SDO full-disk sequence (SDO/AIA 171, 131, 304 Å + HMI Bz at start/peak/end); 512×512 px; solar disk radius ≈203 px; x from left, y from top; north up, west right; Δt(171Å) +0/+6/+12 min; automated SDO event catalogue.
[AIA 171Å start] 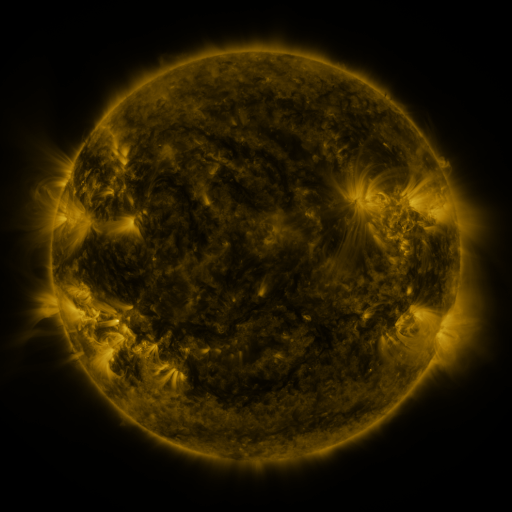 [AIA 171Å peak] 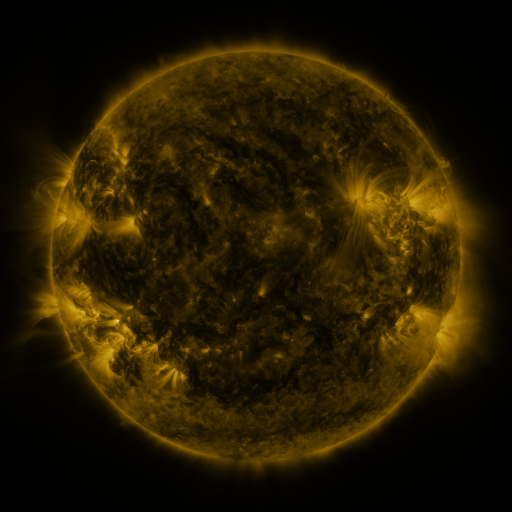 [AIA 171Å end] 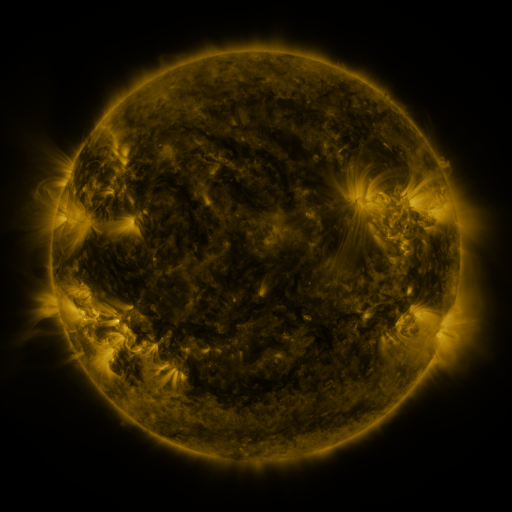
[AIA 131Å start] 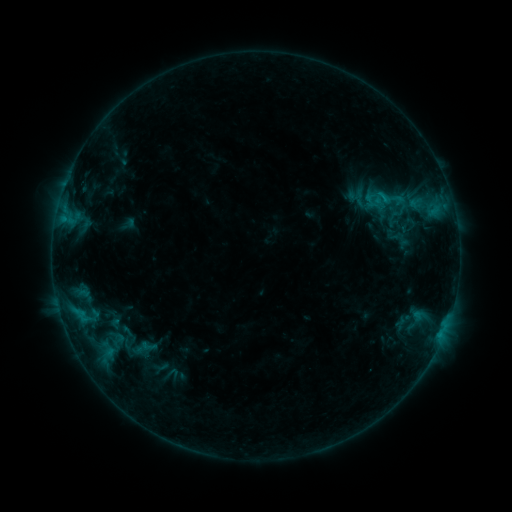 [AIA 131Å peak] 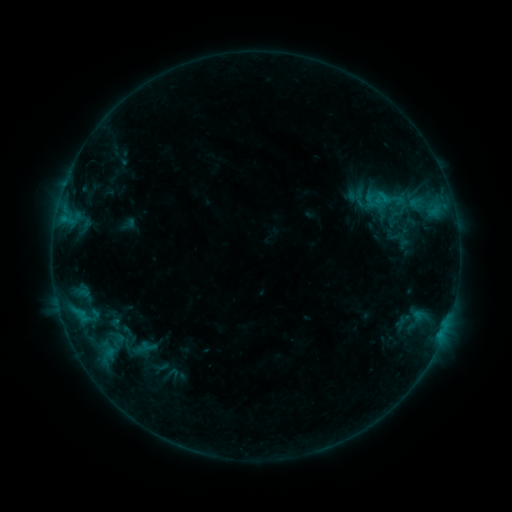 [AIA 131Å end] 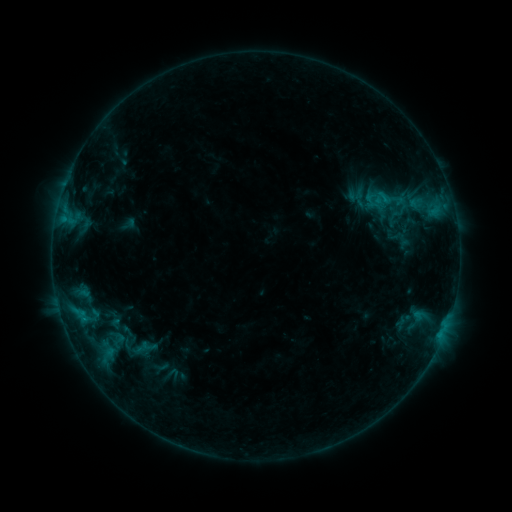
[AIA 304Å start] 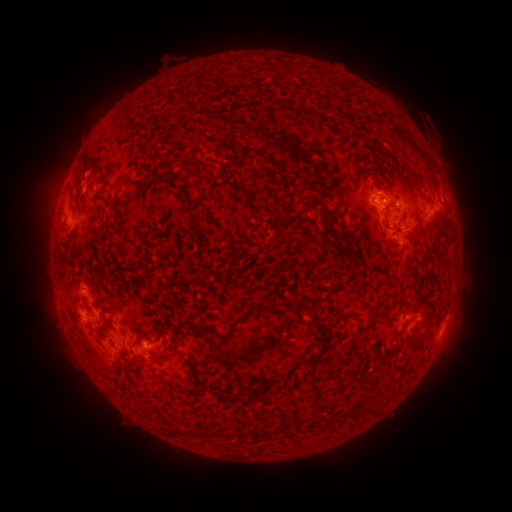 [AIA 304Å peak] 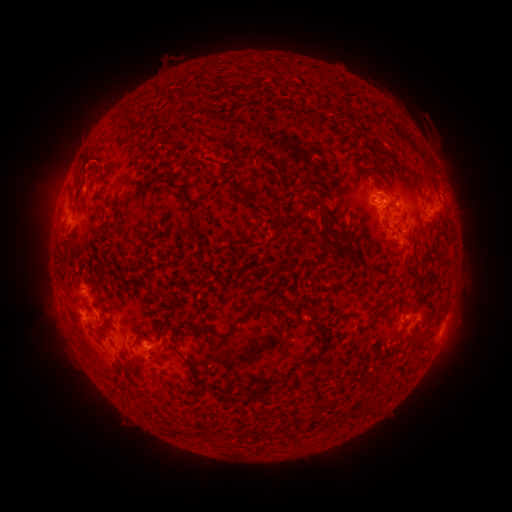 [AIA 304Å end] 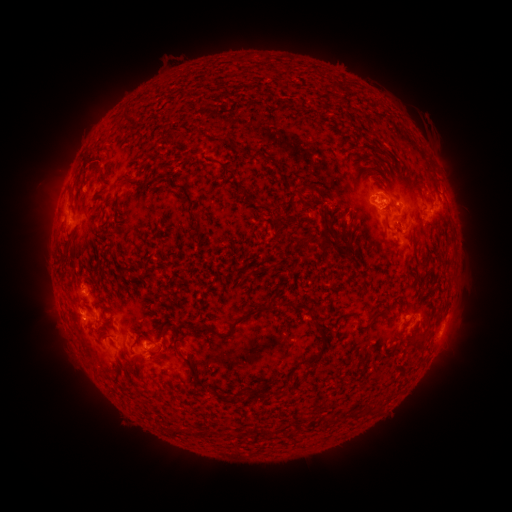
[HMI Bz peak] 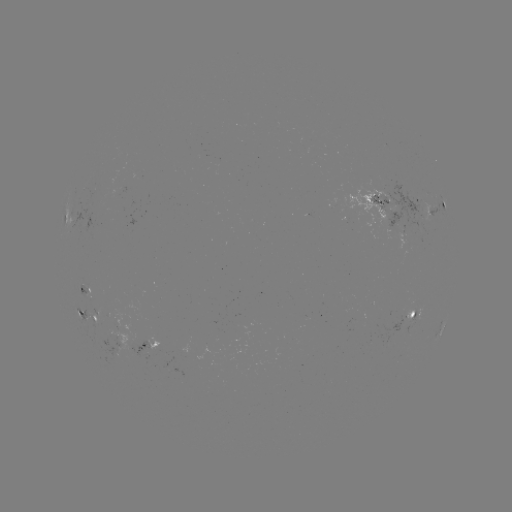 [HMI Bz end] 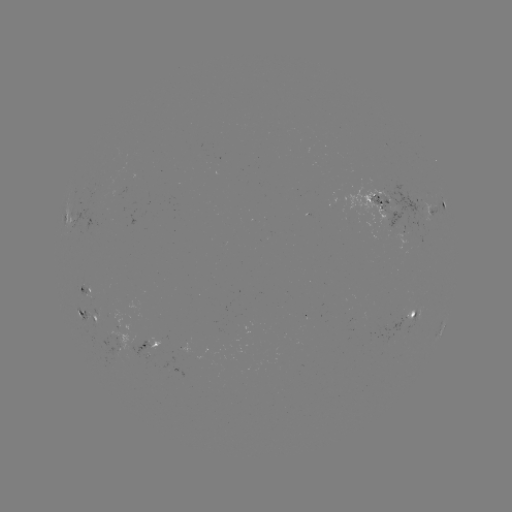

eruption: [61, 99, 115, 133]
